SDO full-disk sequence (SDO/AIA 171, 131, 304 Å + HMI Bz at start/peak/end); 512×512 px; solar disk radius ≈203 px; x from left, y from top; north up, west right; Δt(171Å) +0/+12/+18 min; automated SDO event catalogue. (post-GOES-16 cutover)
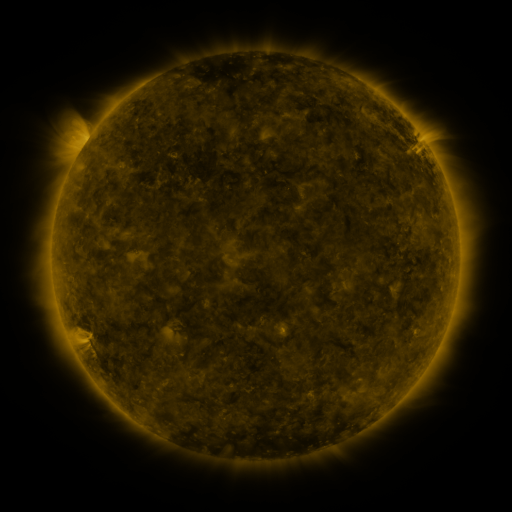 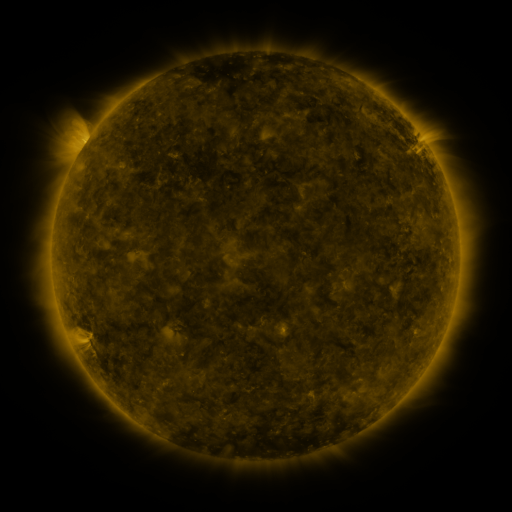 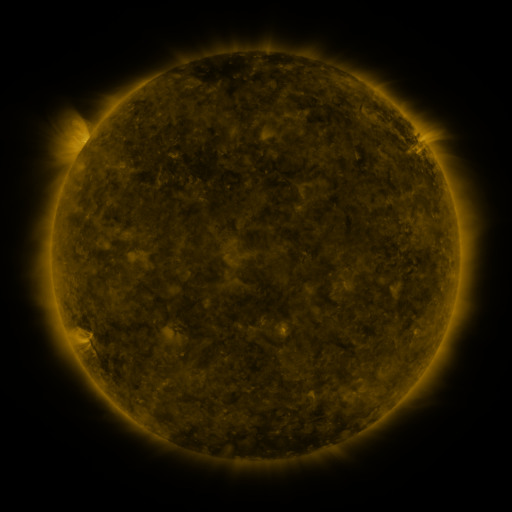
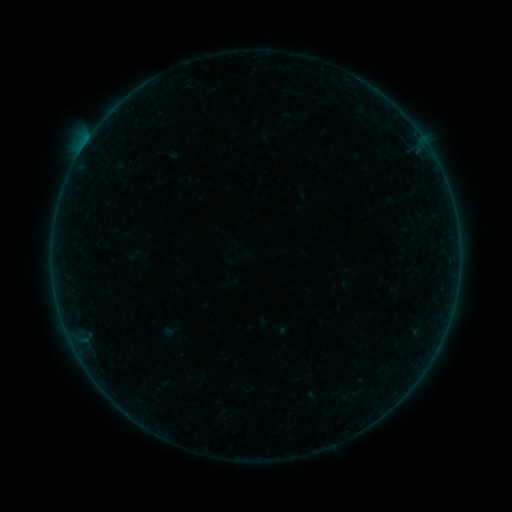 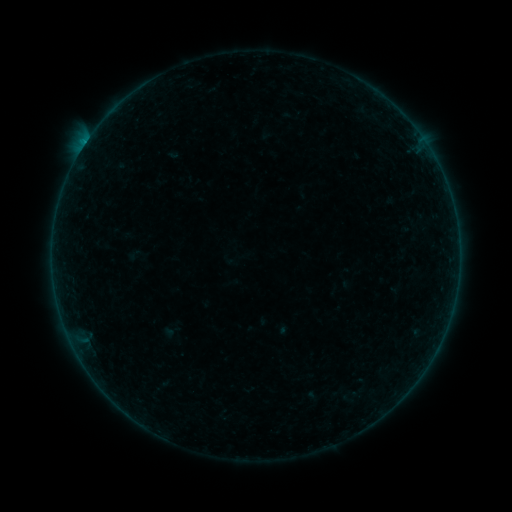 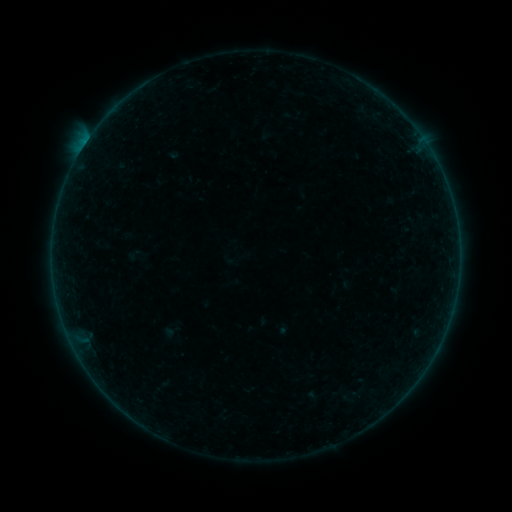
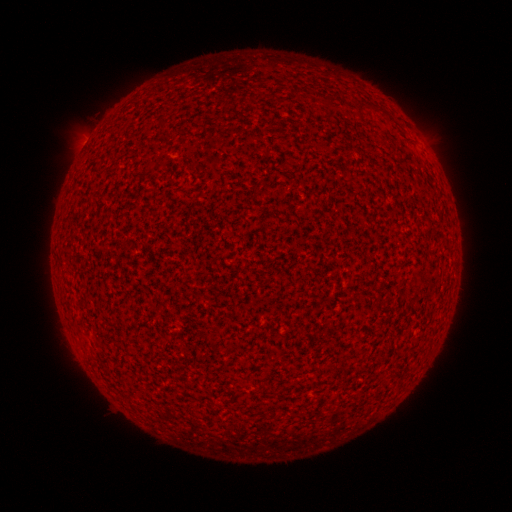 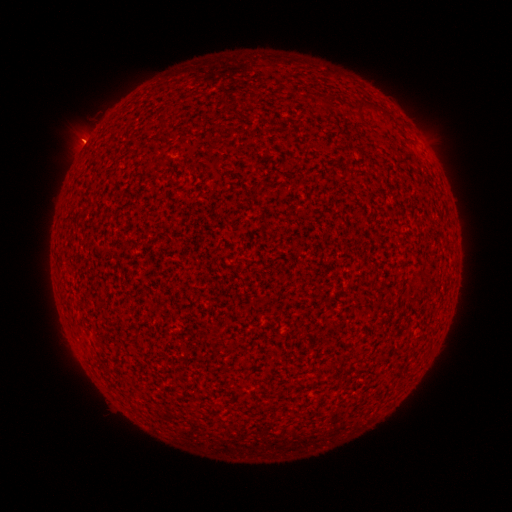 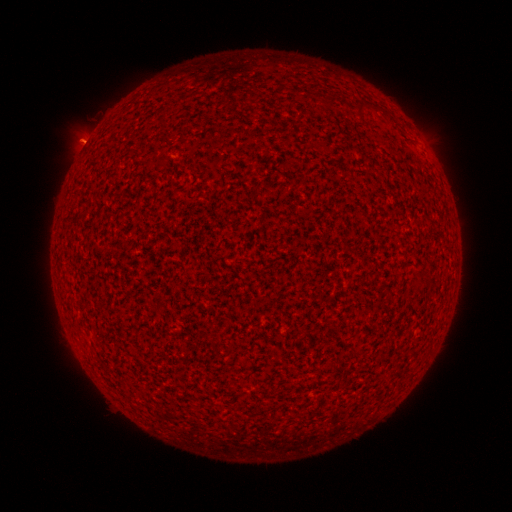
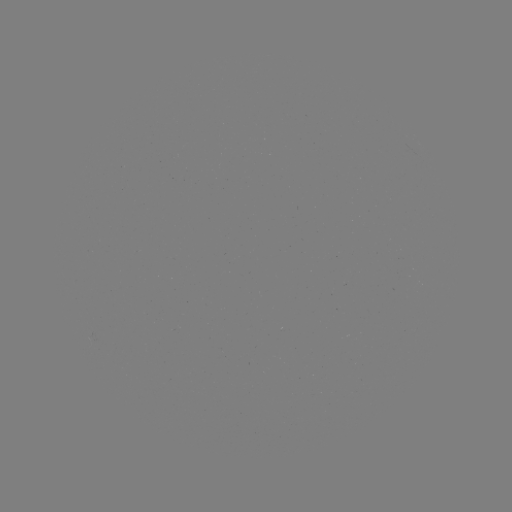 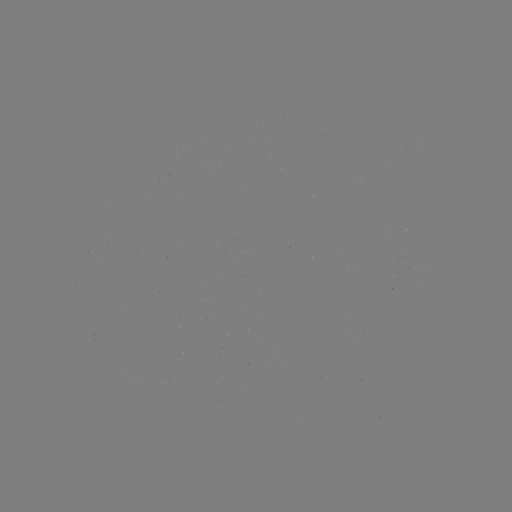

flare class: B1.2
